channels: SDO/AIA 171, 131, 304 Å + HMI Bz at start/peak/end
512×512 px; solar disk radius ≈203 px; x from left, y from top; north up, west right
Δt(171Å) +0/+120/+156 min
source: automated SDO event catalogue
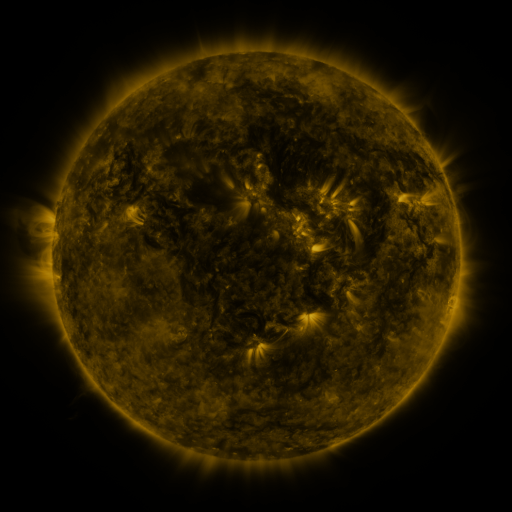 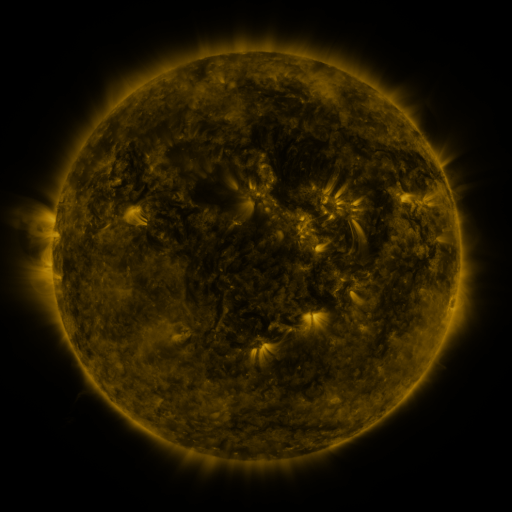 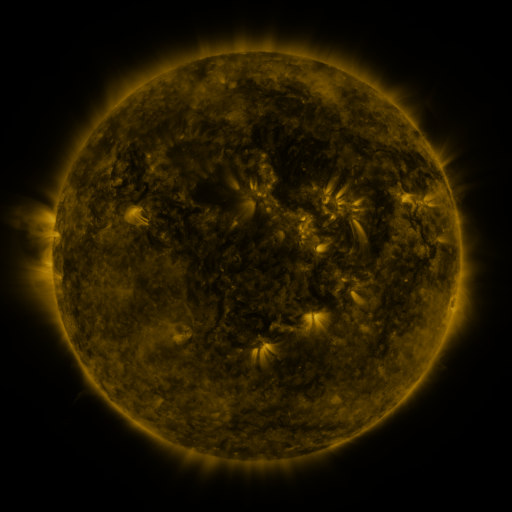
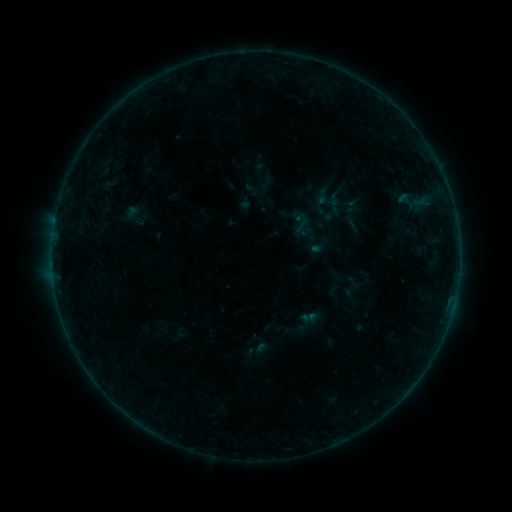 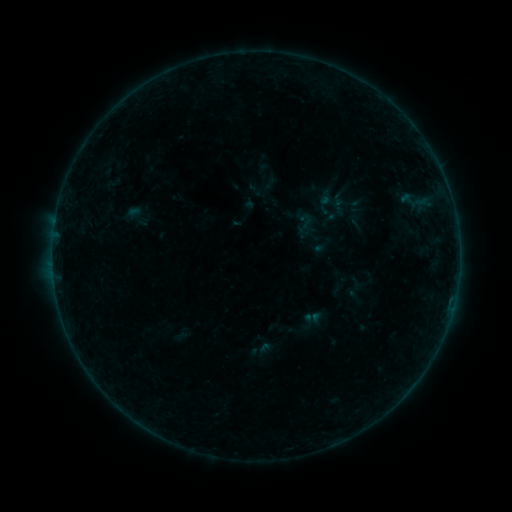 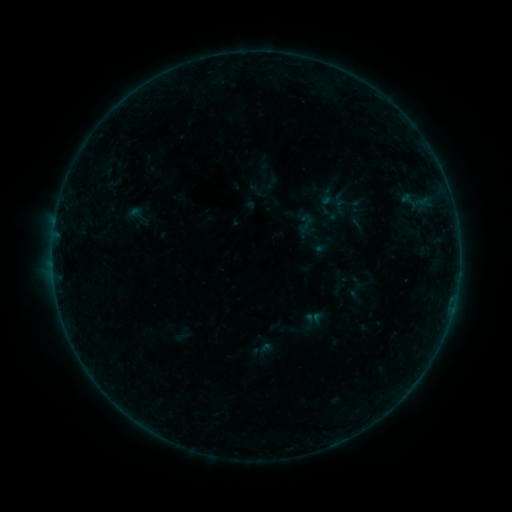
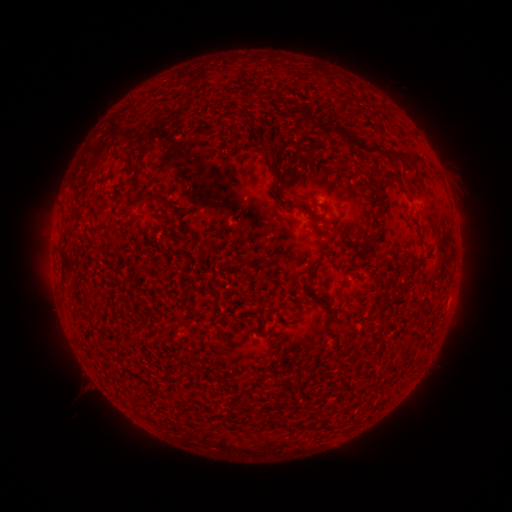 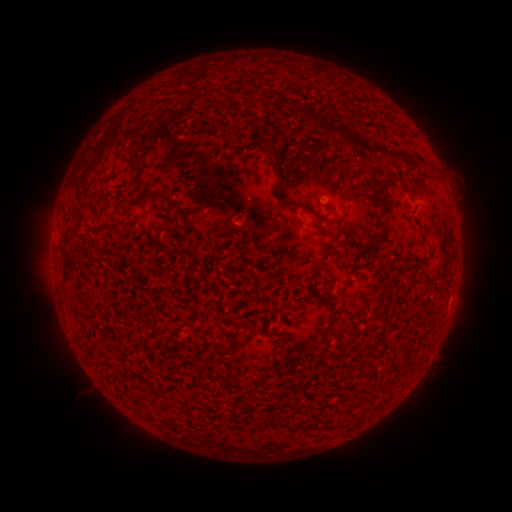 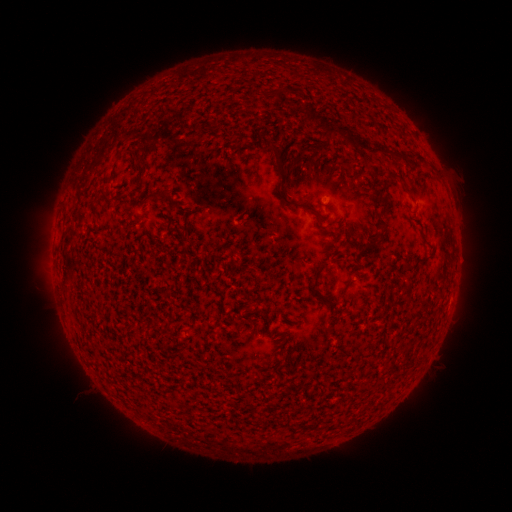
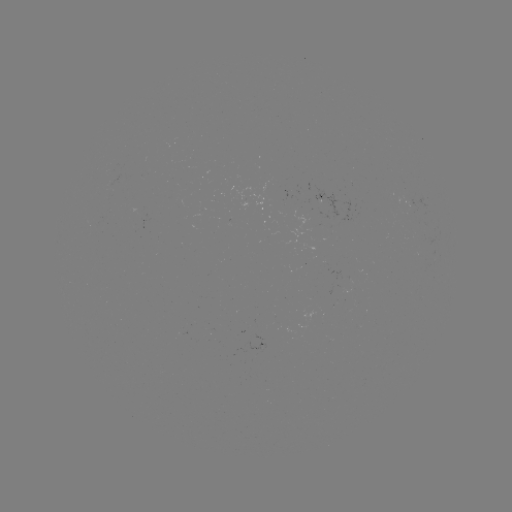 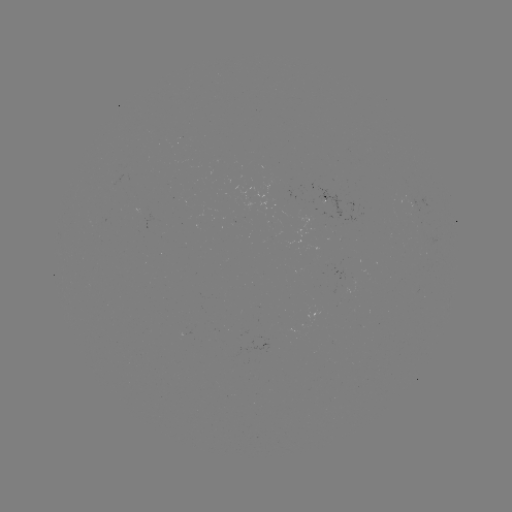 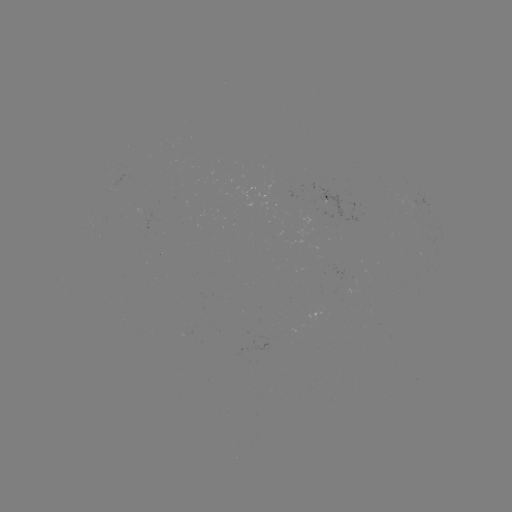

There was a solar emerging-flux region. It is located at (347, 279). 